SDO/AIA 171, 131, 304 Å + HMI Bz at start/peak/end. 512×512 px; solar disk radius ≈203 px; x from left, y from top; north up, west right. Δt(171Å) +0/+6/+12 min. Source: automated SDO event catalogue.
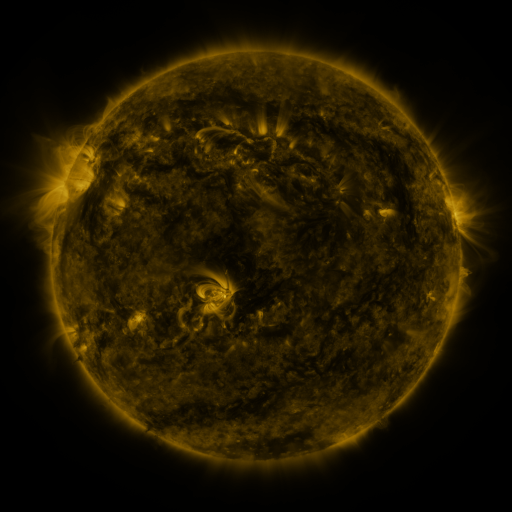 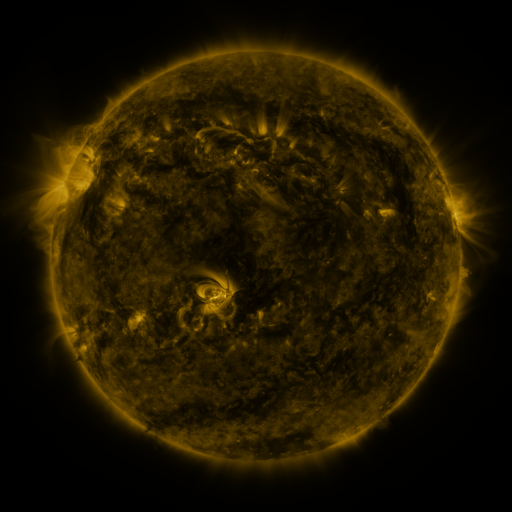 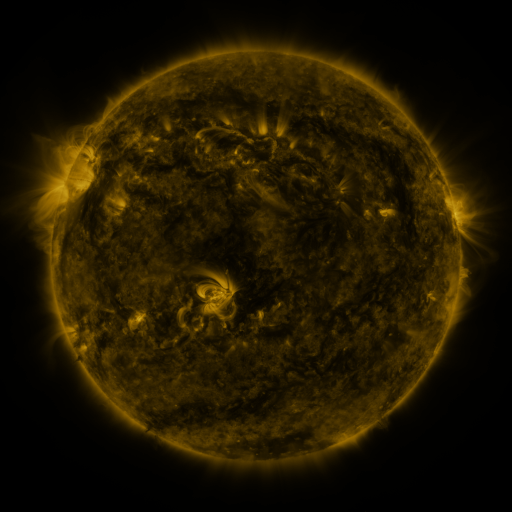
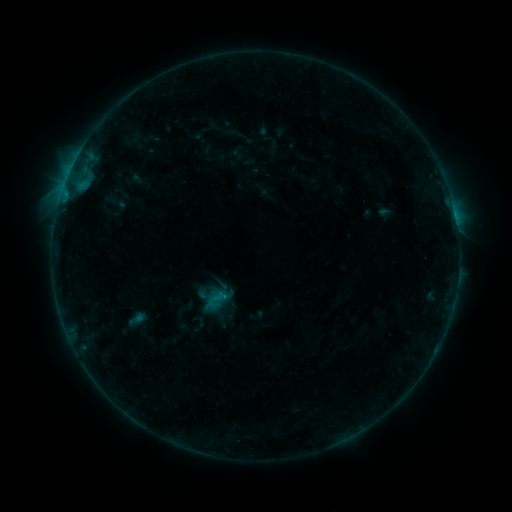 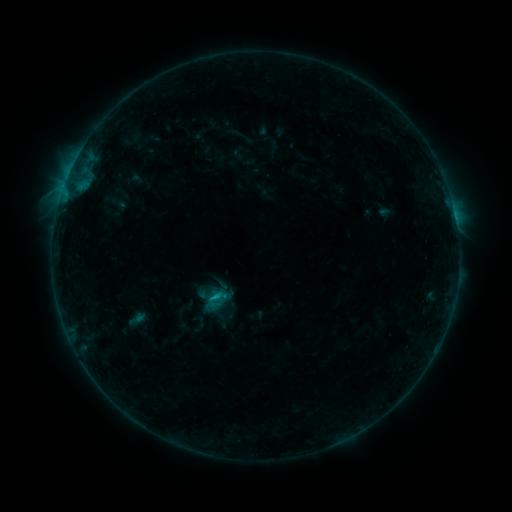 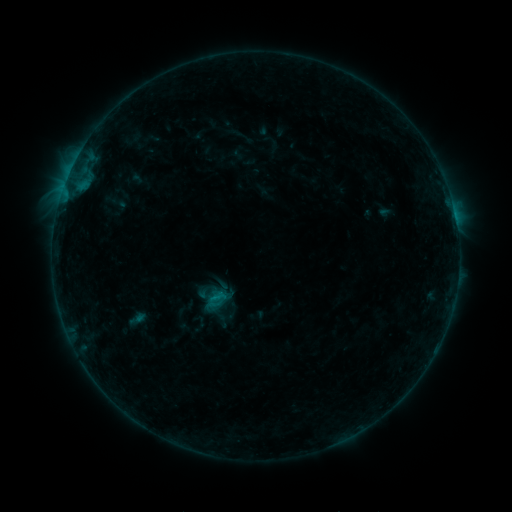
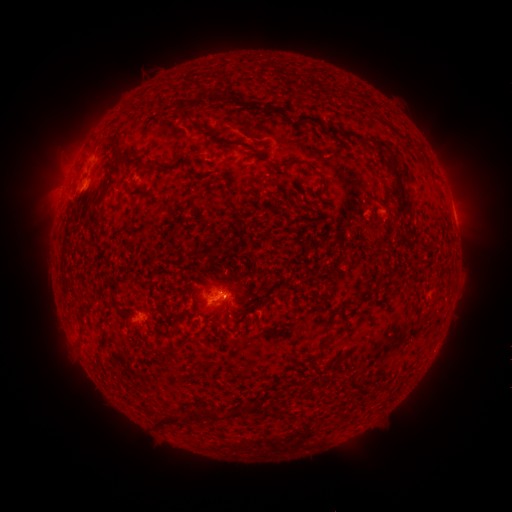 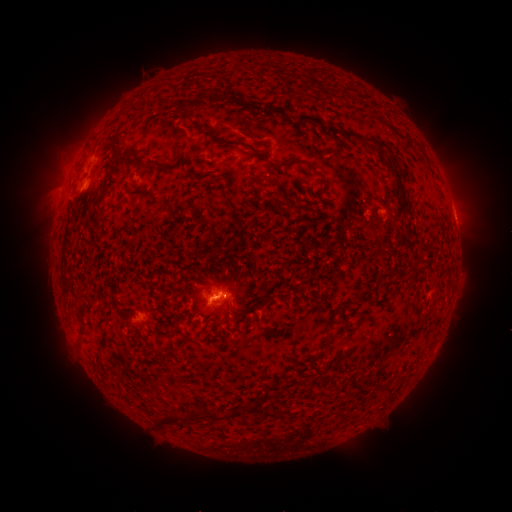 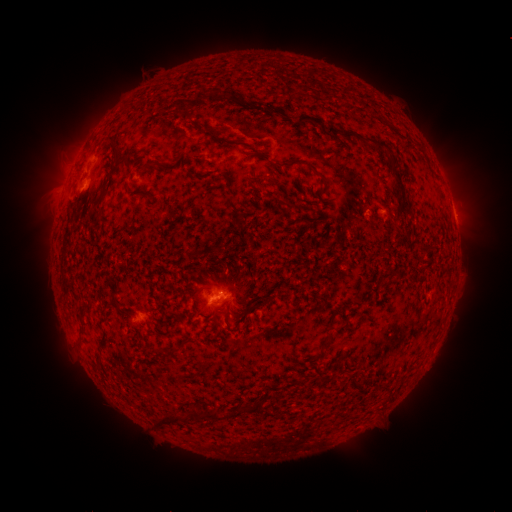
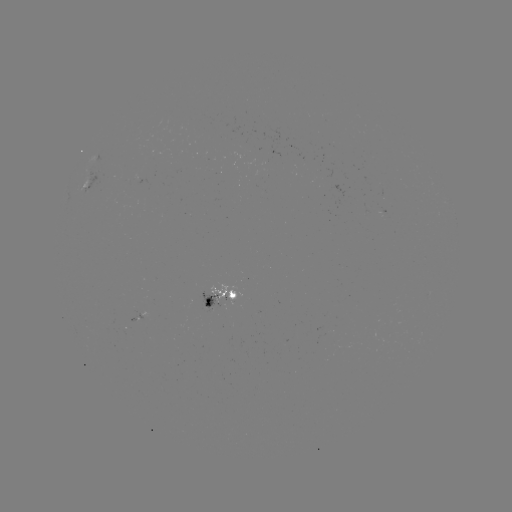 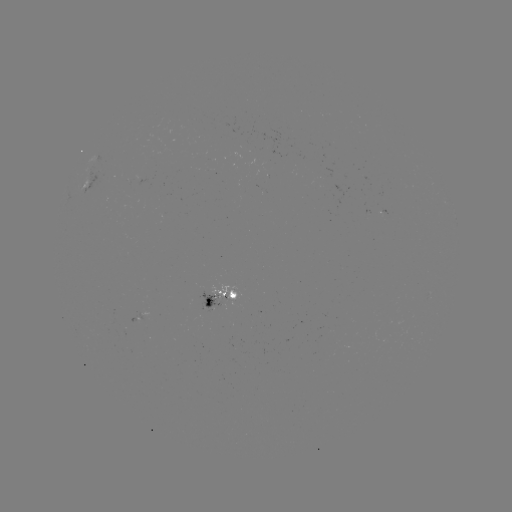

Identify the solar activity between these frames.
B7.5 flare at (215, 296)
